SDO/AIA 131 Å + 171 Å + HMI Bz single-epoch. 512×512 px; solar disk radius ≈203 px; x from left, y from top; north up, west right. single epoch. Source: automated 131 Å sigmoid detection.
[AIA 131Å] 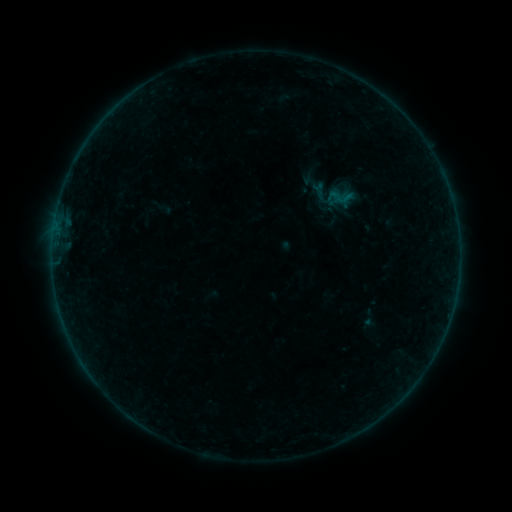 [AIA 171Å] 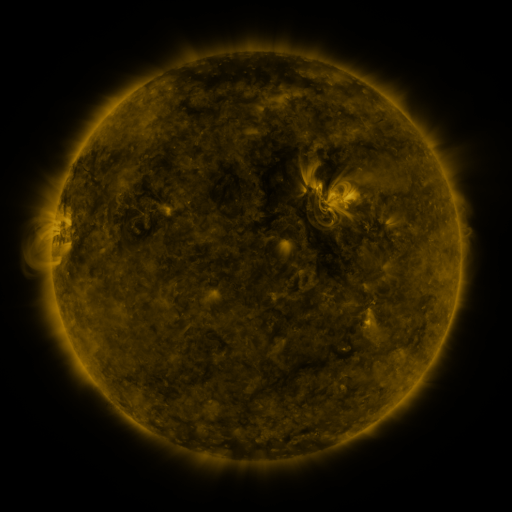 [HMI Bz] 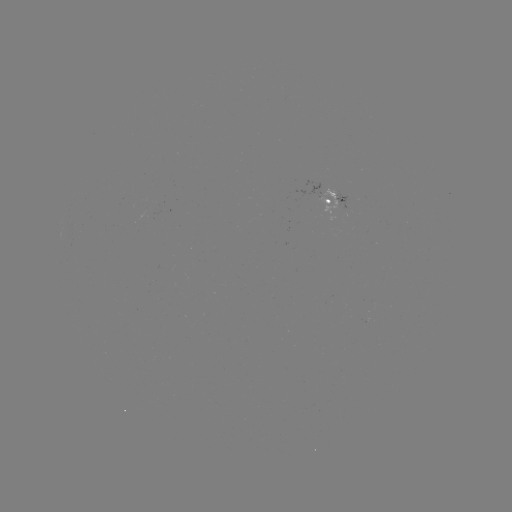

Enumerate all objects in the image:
sigmoid: (321, 192)
sigmoid: (340, 197)
